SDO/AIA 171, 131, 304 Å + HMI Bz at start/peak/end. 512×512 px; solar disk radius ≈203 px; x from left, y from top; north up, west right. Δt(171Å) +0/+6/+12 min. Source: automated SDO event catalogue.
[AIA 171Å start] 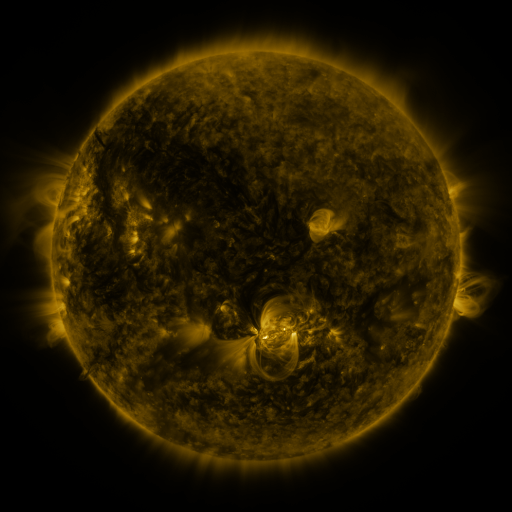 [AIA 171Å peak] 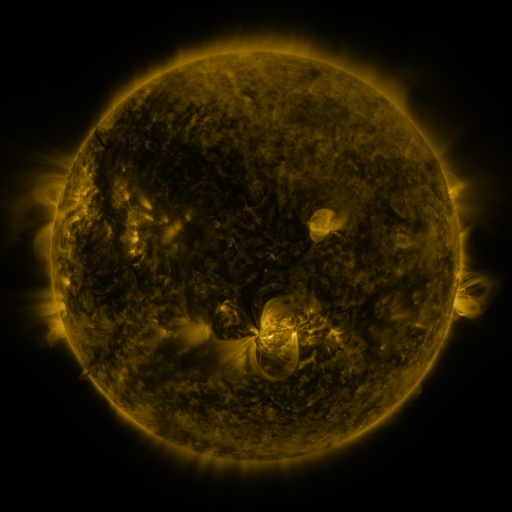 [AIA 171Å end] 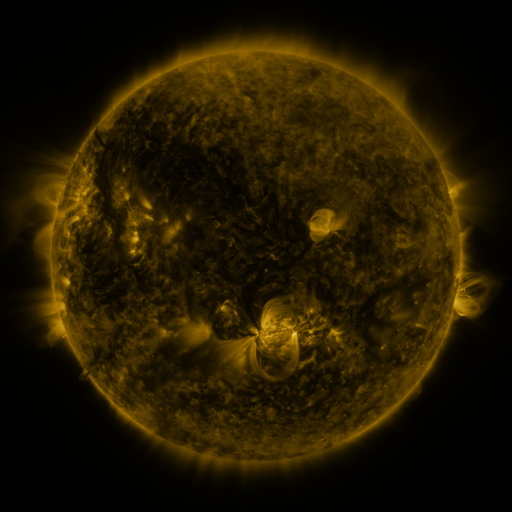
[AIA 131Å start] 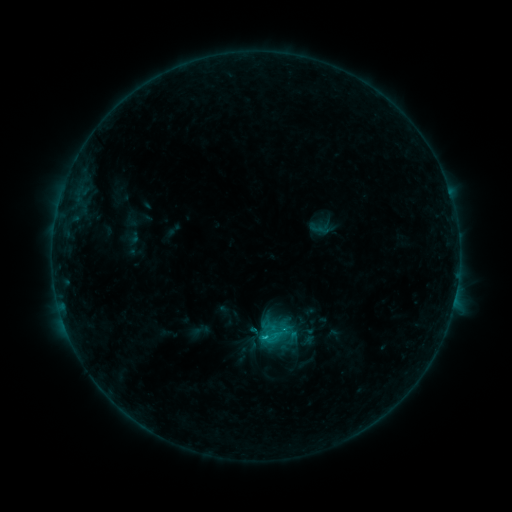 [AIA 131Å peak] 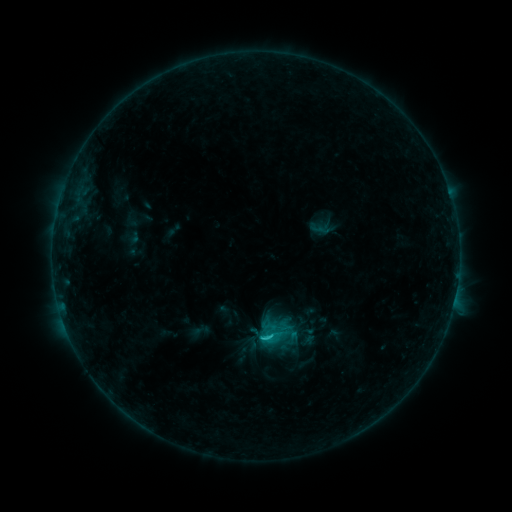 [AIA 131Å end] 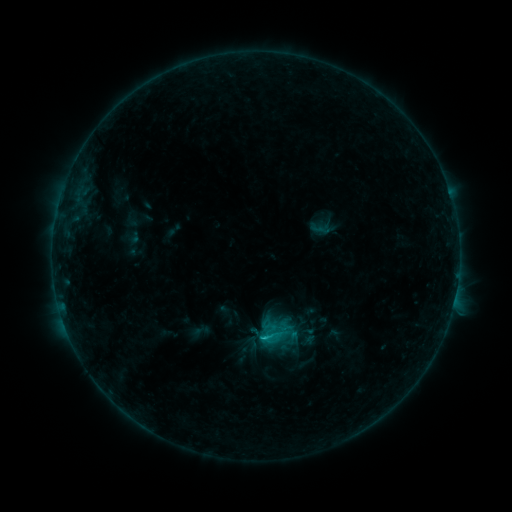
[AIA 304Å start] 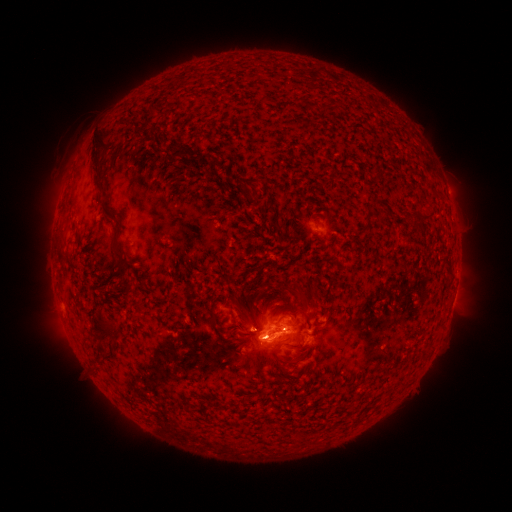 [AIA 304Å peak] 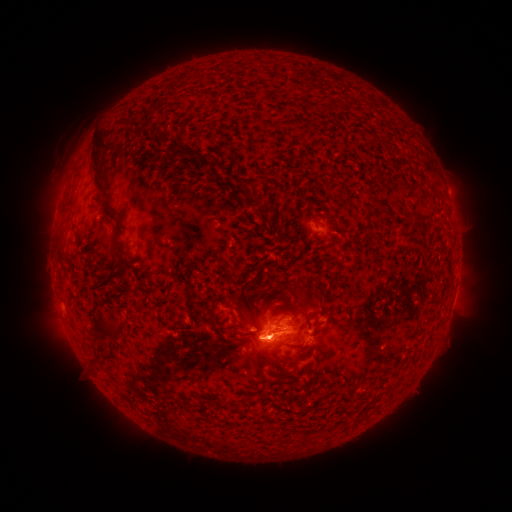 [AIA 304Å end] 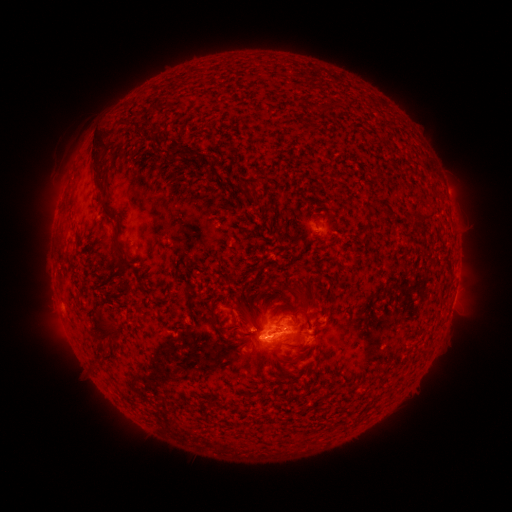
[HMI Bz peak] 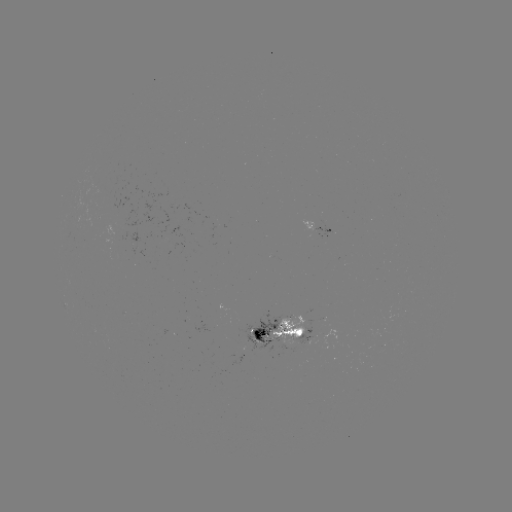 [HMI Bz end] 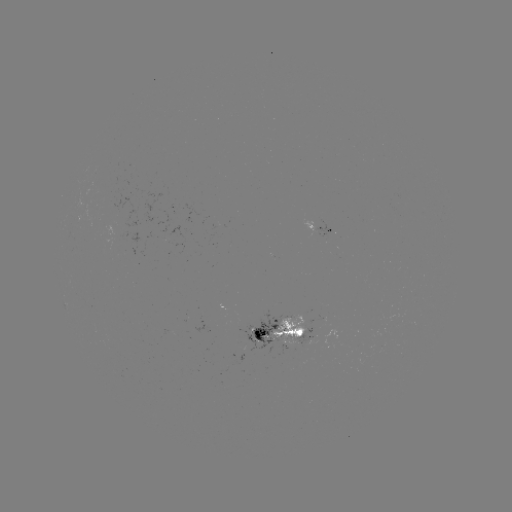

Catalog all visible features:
C1.3 flare: (269, 335)
